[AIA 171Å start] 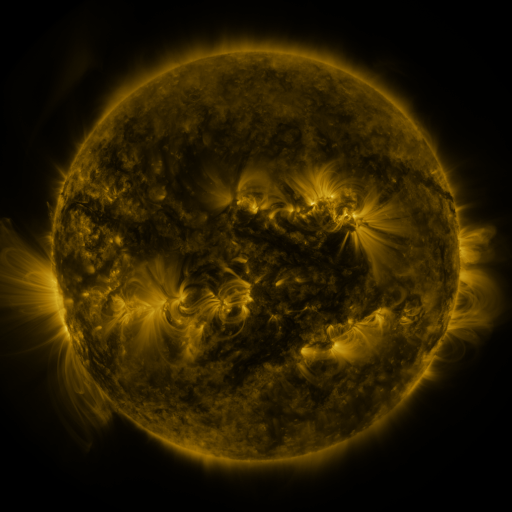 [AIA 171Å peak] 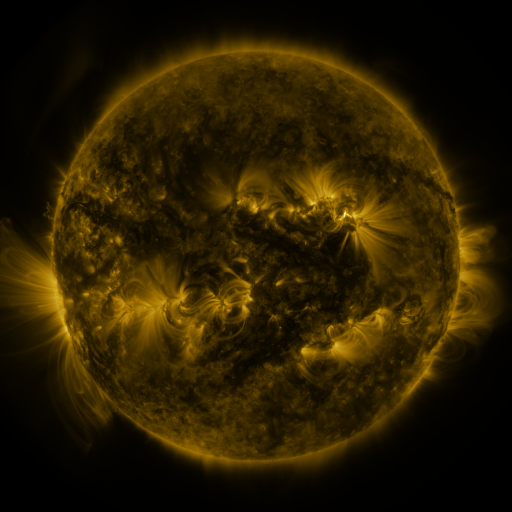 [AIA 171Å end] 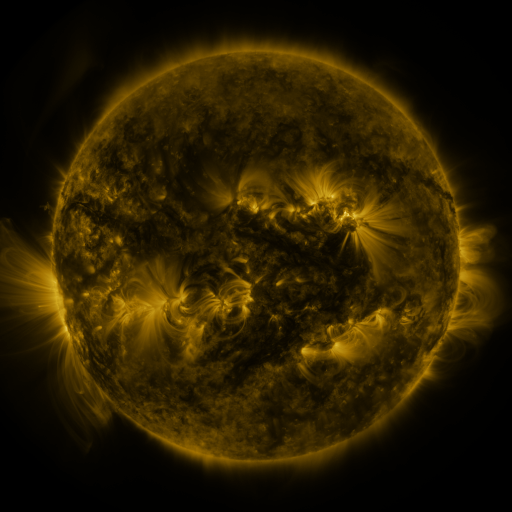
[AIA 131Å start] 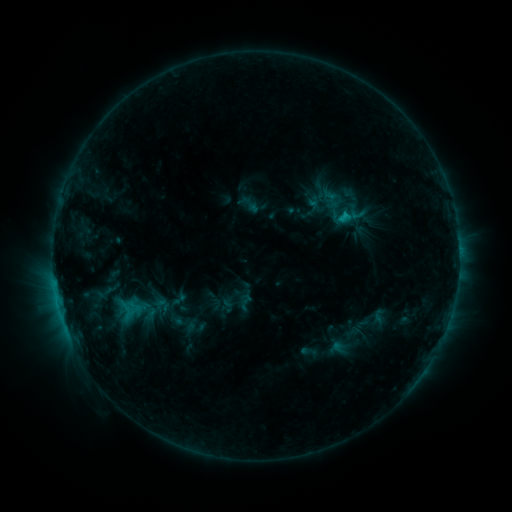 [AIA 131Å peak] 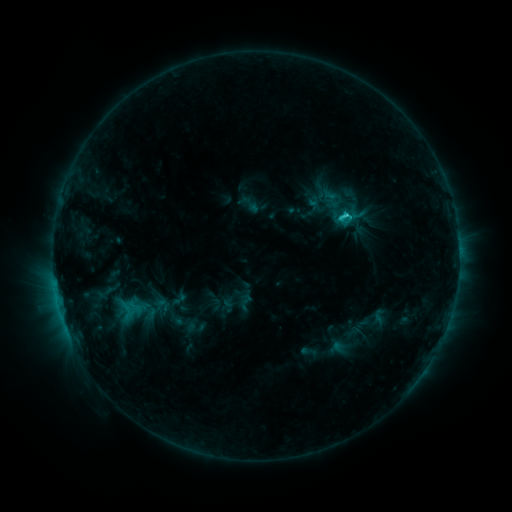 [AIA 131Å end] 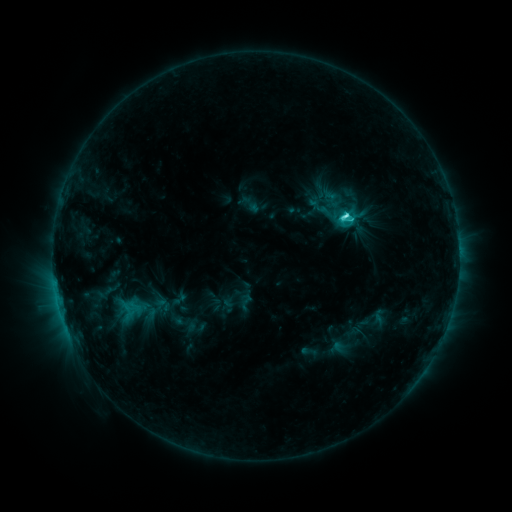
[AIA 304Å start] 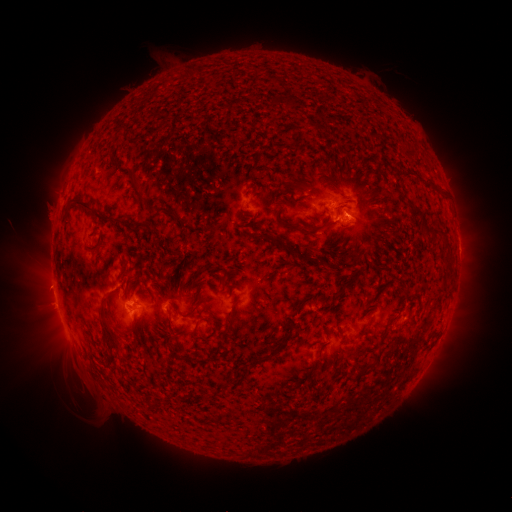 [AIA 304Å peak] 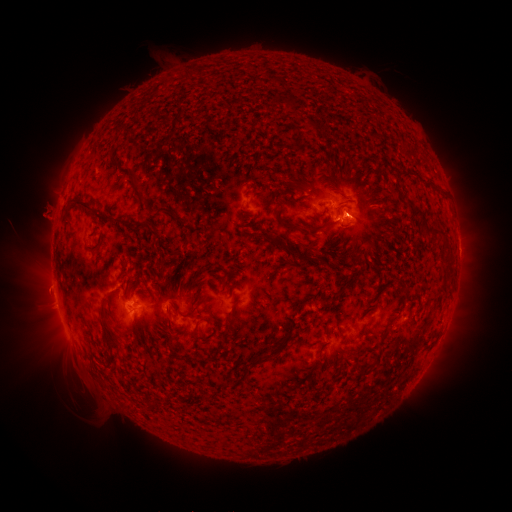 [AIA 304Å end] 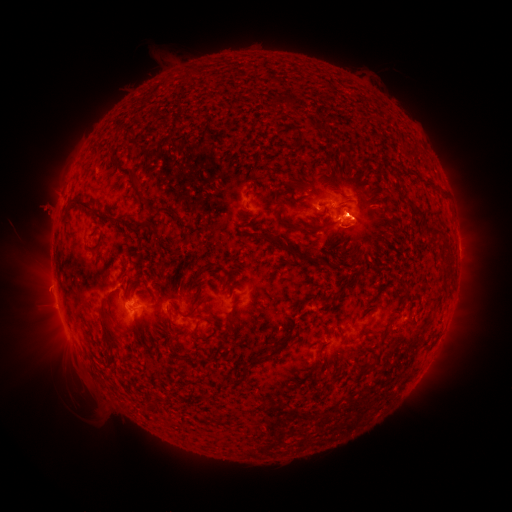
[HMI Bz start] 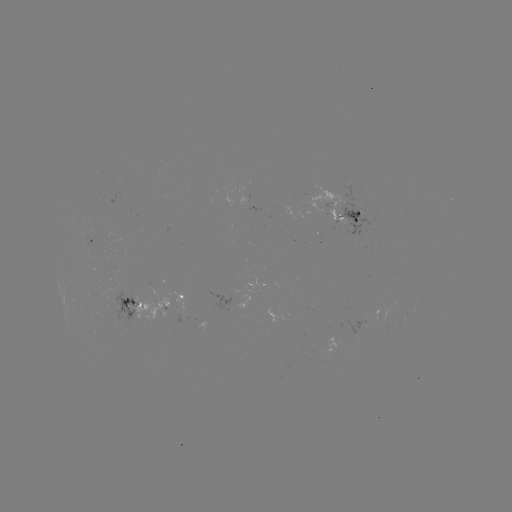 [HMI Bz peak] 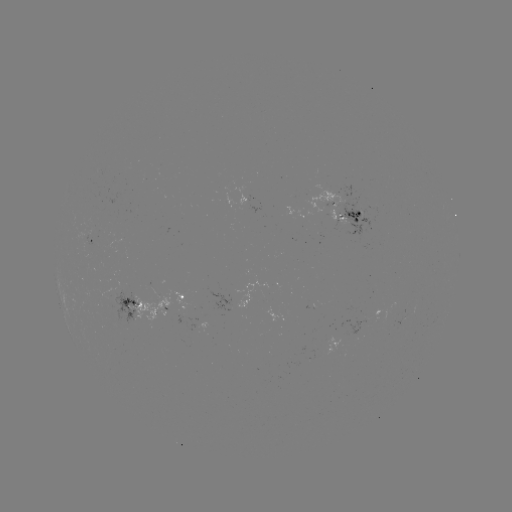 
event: eruption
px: (46, 217)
